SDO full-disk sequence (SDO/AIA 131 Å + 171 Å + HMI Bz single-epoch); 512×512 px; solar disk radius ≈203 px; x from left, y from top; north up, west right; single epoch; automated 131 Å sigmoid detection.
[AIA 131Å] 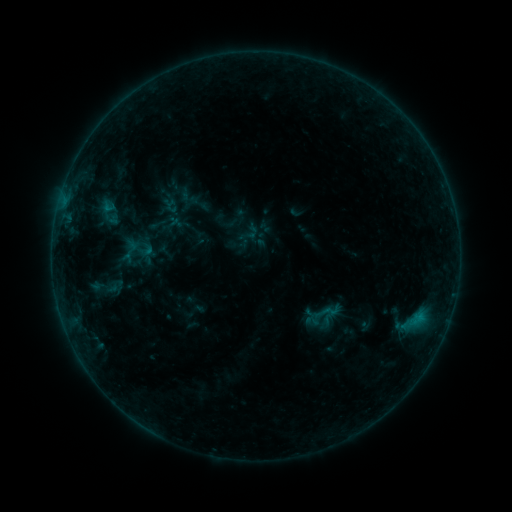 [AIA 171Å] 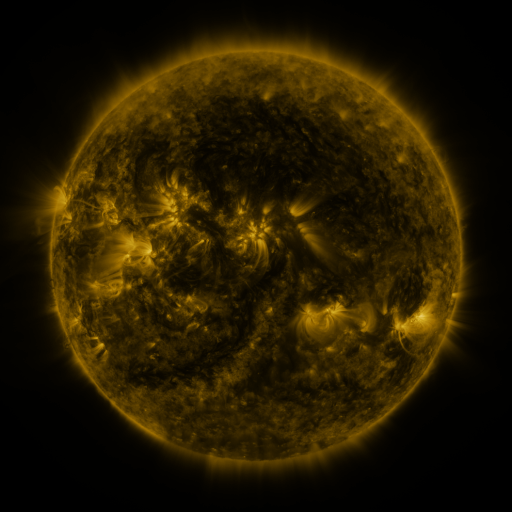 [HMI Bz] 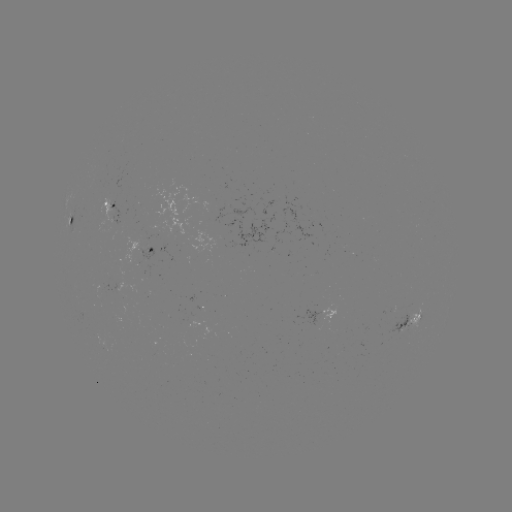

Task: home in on sigmoid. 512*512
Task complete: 325,312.